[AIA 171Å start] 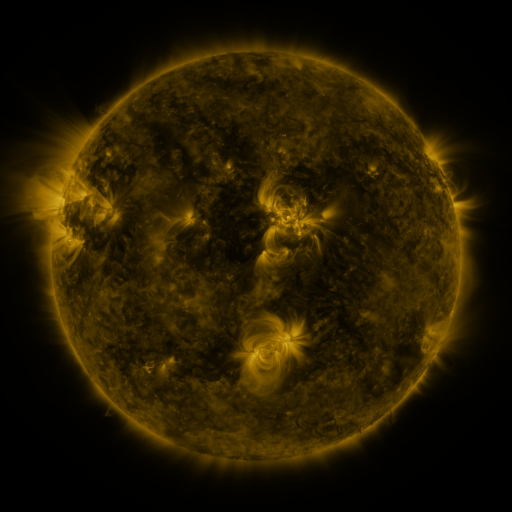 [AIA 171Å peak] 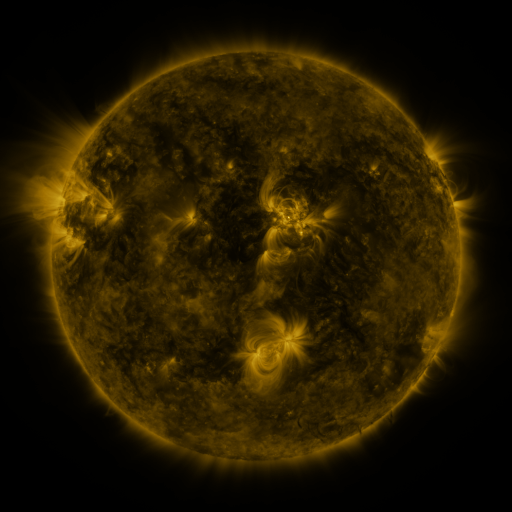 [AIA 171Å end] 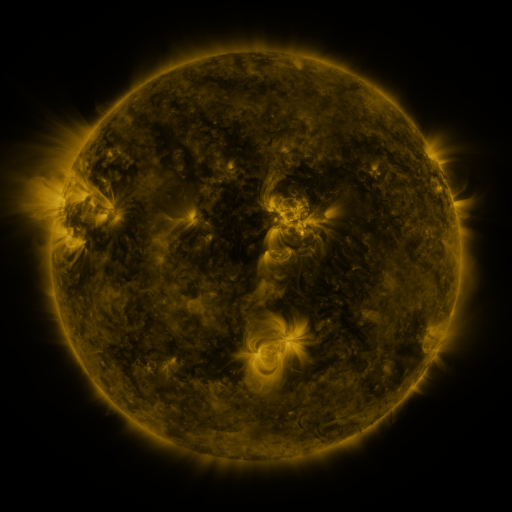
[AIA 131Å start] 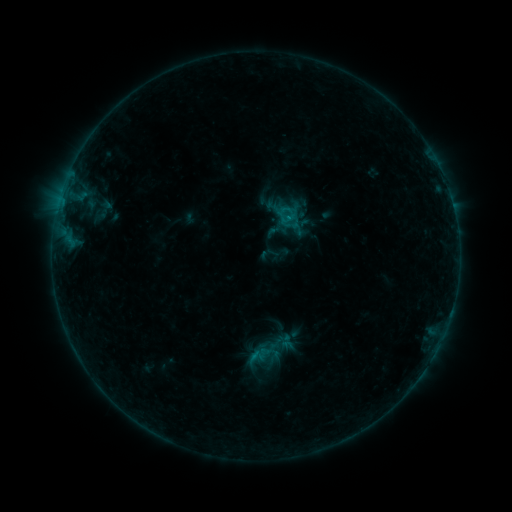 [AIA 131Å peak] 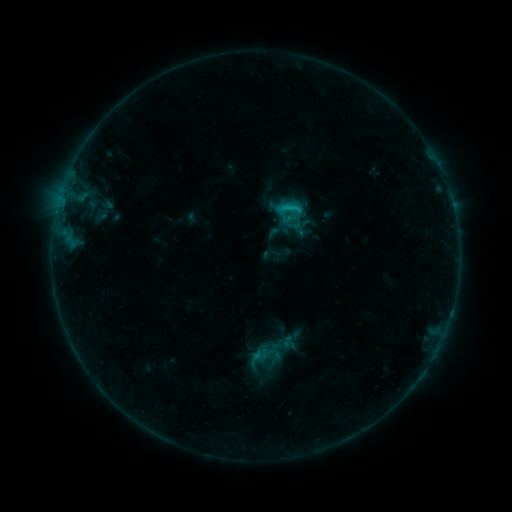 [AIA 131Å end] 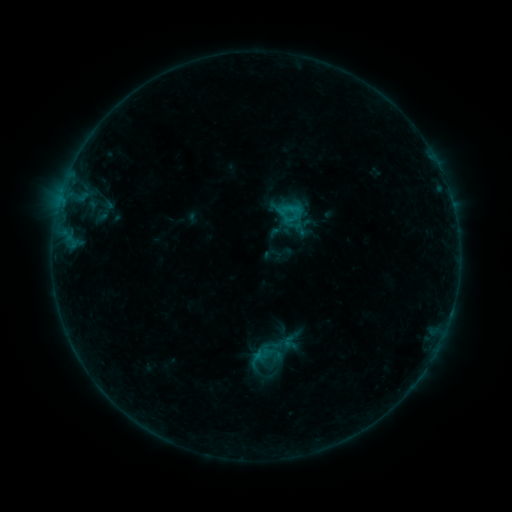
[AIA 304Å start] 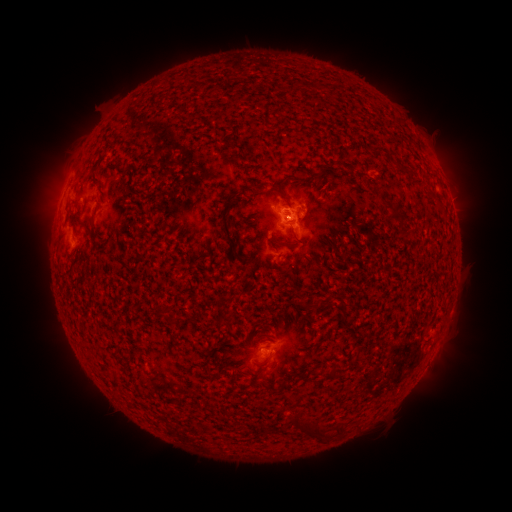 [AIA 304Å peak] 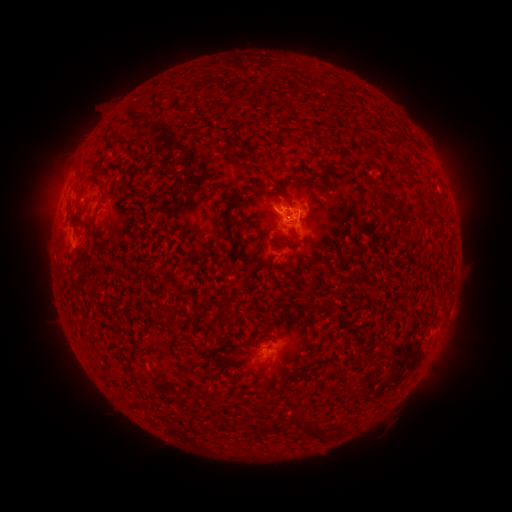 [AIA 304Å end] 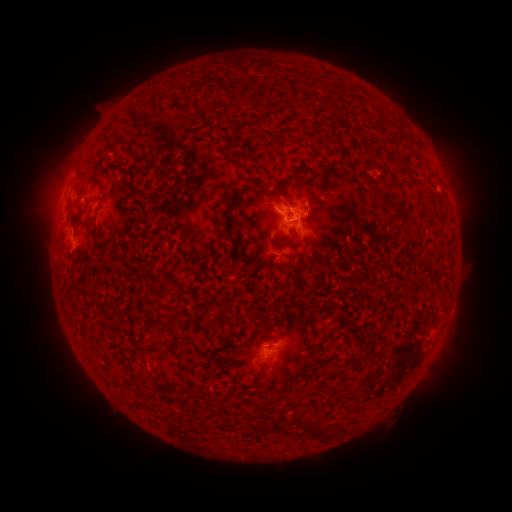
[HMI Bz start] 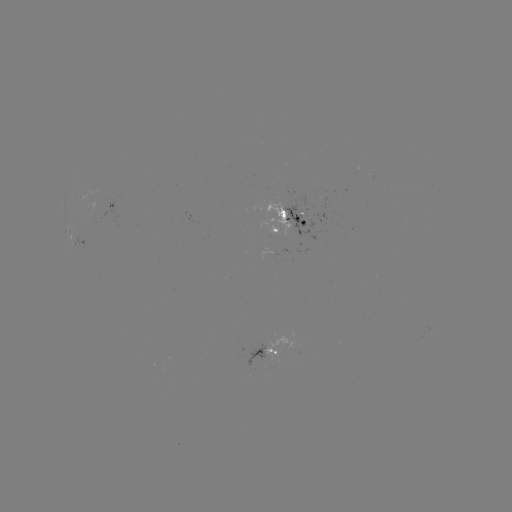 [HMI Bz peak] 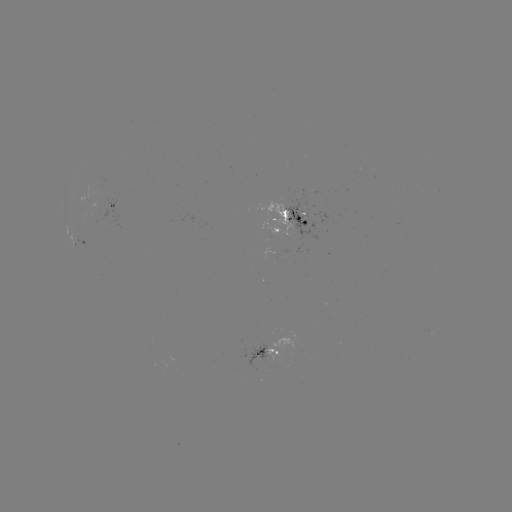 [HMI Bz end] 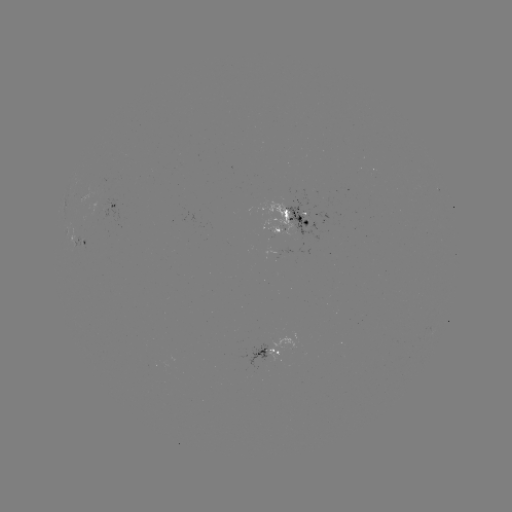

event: flare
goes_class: C1.1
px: (296, 212)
